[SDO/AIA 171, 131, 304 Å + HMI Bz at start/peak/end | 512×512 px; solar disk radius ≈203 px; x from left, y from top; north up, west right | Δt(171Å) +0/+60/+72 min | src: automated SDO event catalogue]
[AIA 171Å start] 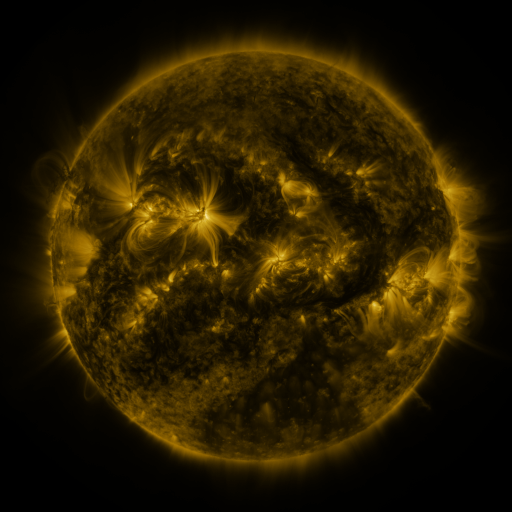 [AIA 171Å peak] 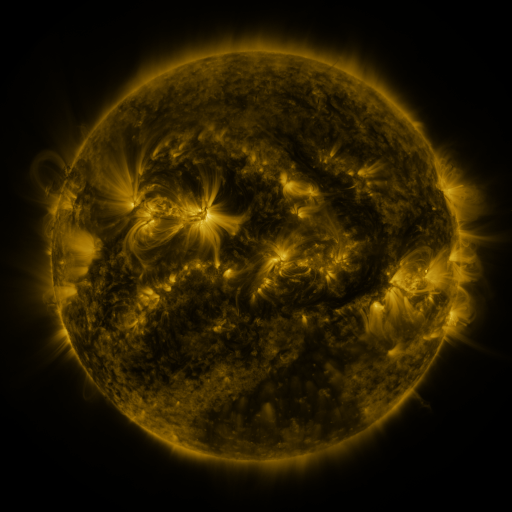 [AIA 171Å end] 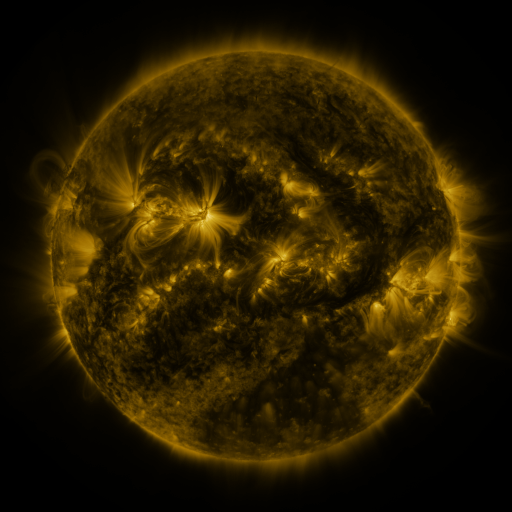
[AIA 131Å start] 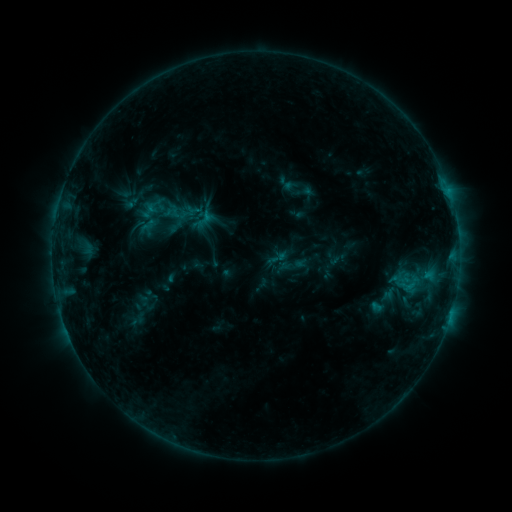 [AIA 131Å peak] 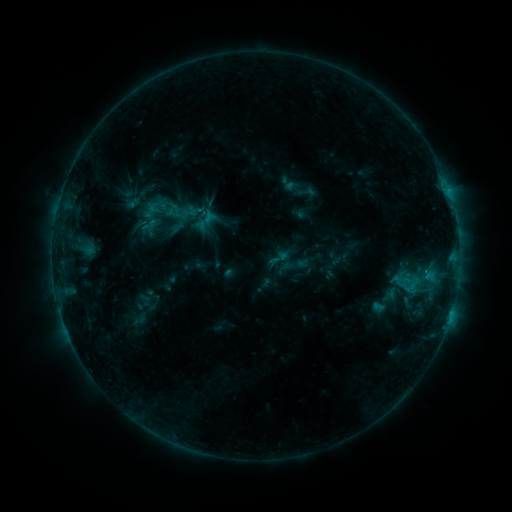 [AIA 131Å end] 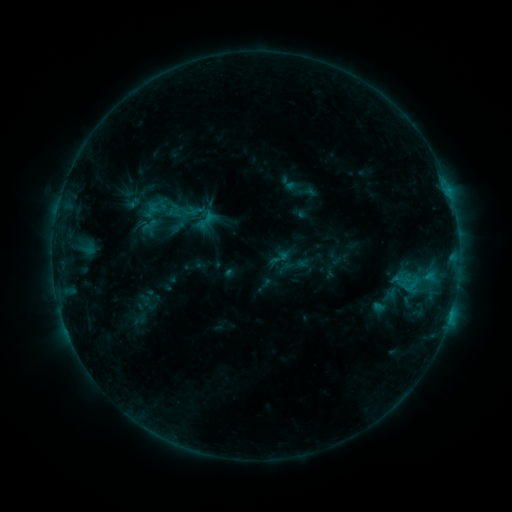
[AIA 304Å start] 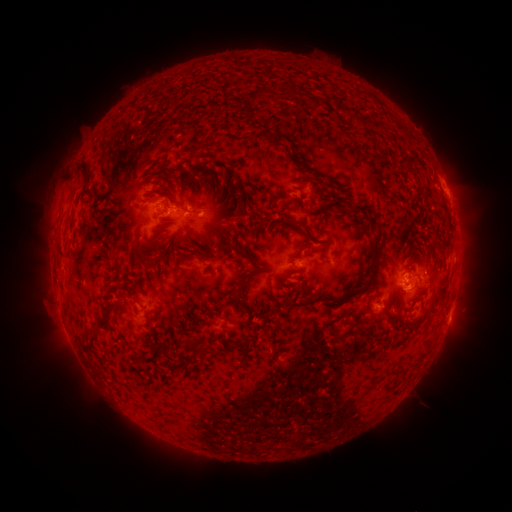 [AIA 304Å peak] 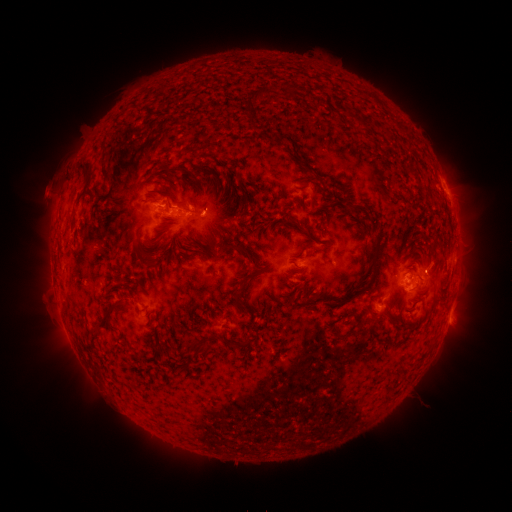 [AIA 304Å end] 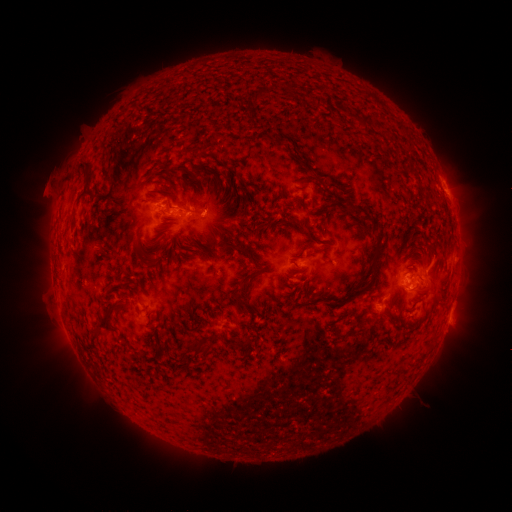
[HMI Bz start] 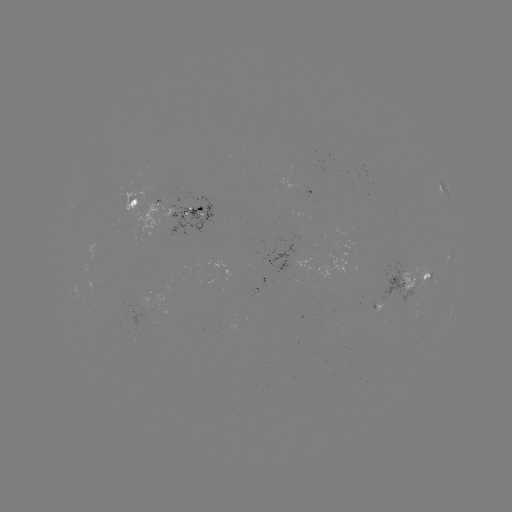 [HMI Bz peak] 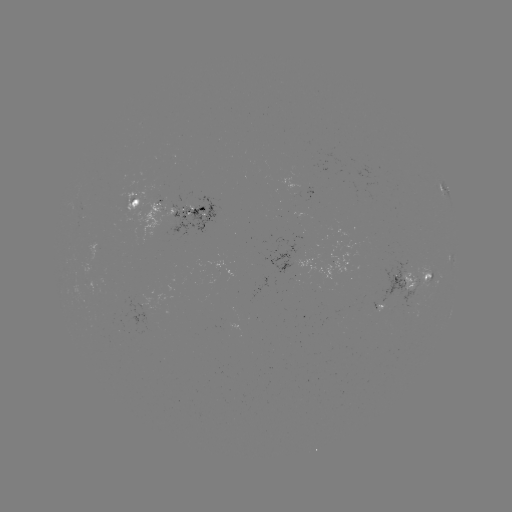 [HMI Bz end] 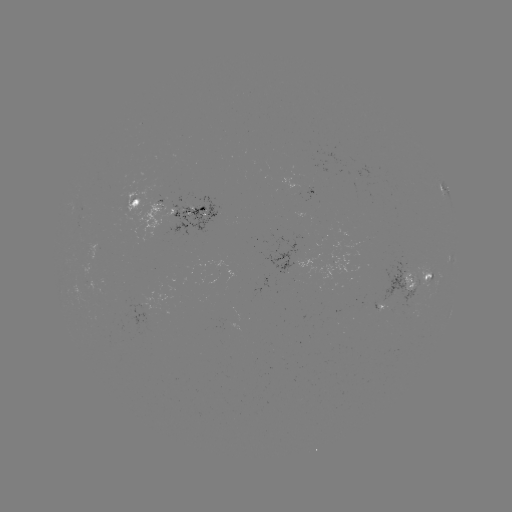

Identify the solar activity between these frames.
emerging-flux region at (309, 190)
